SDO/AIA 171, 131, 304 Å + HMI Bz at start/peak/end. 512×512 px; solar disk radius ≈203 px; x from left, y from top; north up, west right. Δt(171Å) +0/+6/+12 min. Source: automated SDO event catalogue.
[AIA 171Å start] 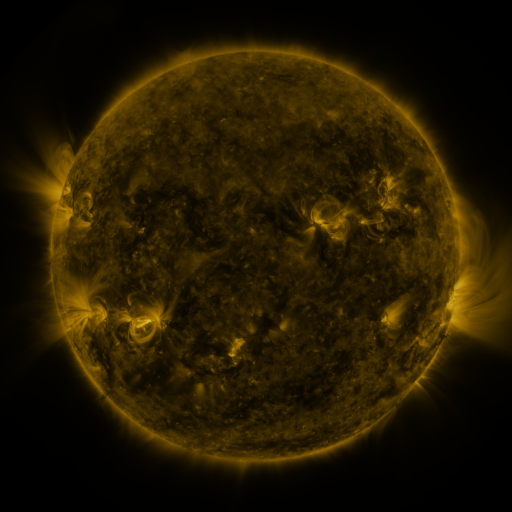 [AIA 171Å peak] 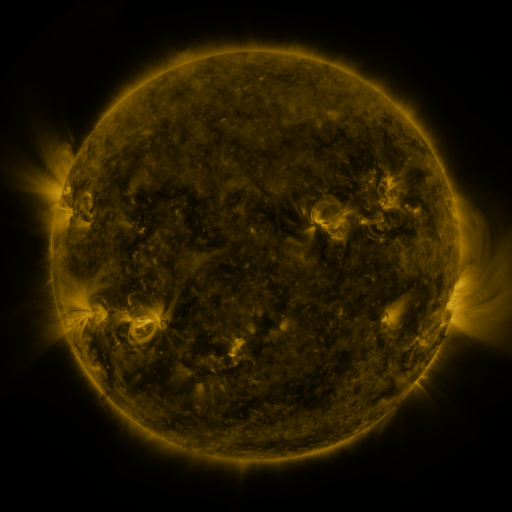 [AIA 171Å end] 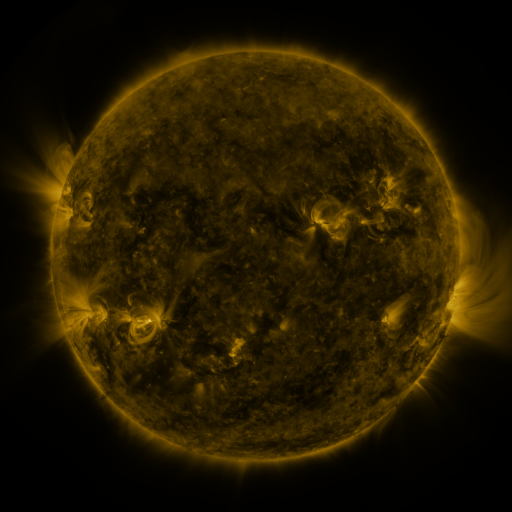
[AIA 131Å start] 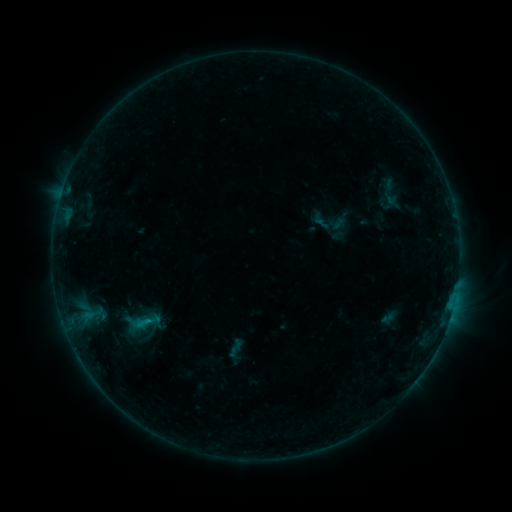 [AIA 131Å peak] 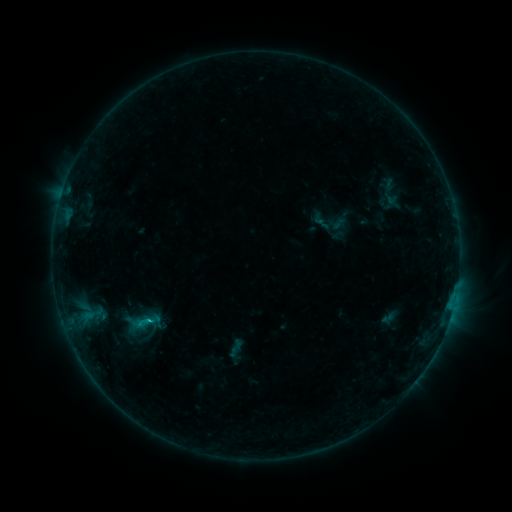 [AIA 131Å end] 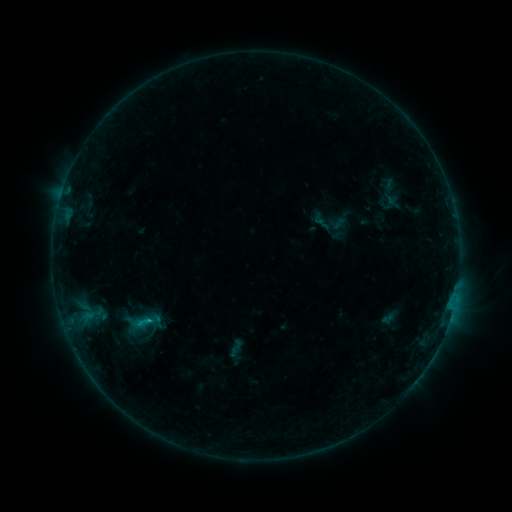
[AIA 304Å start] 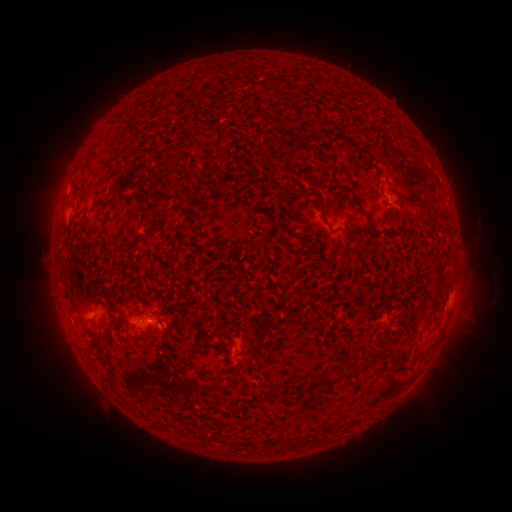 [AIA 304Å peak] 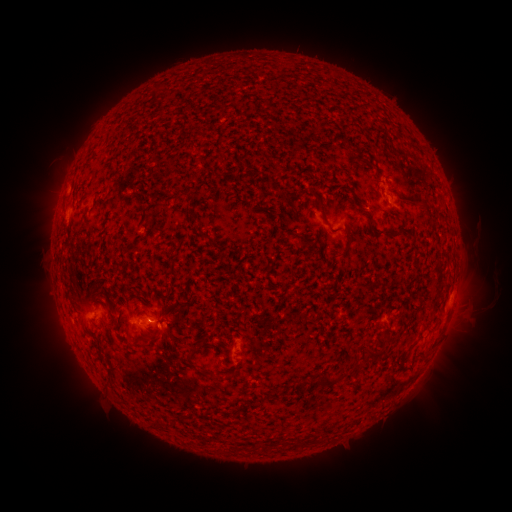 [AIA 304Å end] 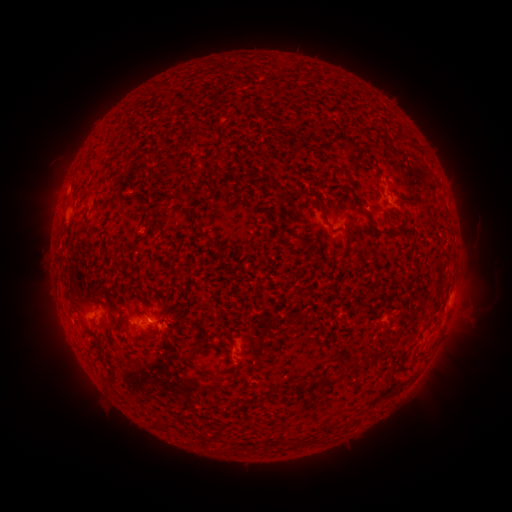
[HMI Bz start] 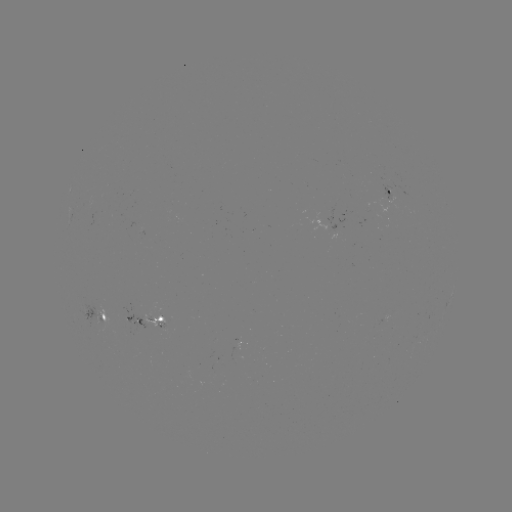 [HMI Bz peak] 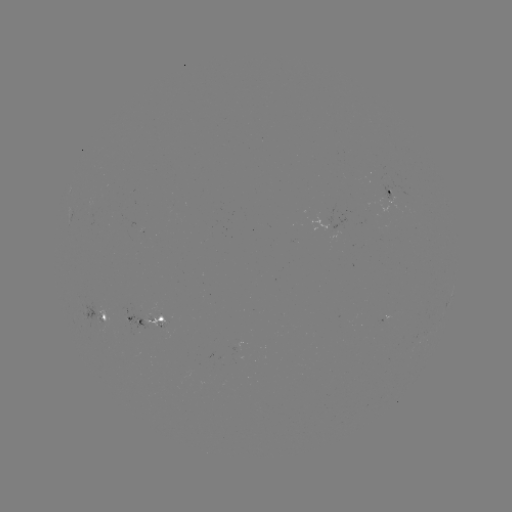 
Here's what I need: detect B7.5 flare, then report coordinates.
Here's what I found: B7.5 flare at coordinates [150, 319].